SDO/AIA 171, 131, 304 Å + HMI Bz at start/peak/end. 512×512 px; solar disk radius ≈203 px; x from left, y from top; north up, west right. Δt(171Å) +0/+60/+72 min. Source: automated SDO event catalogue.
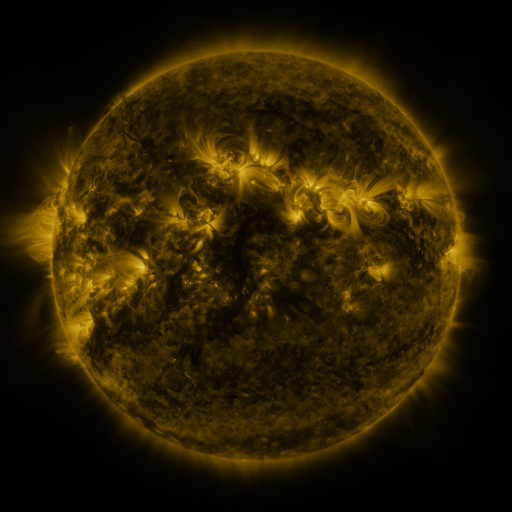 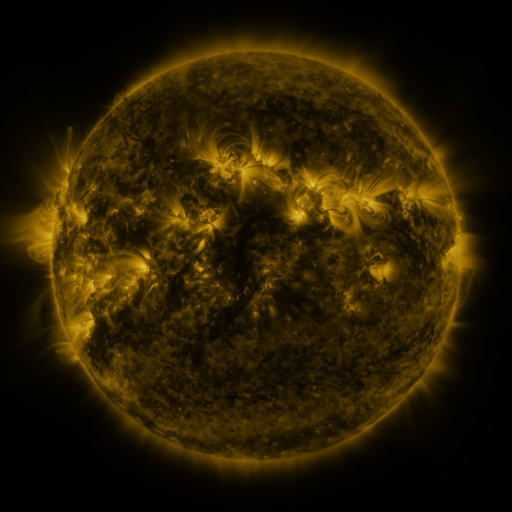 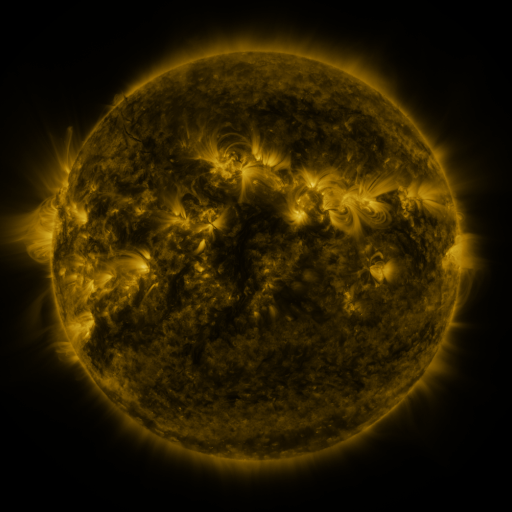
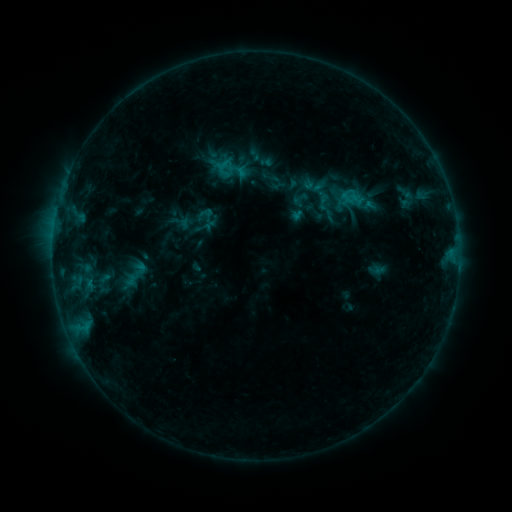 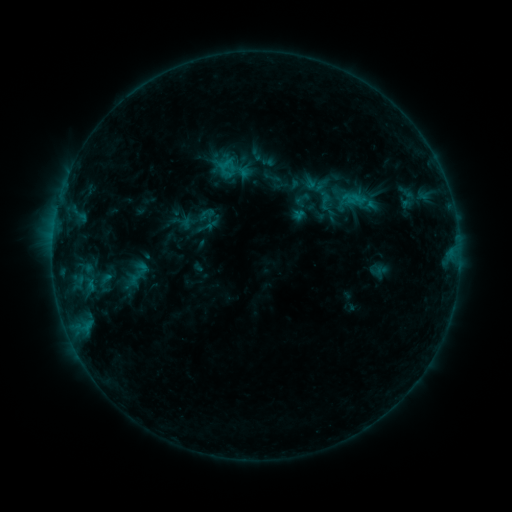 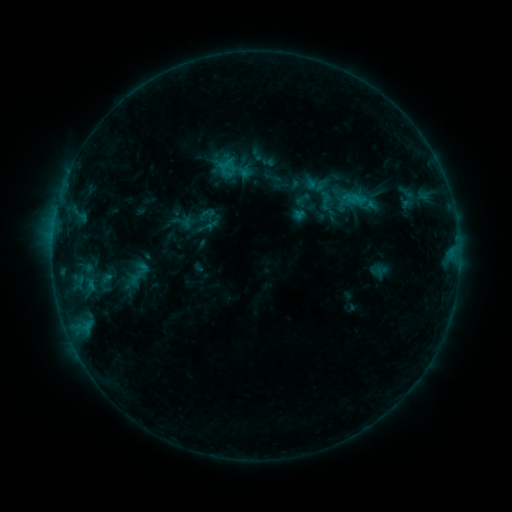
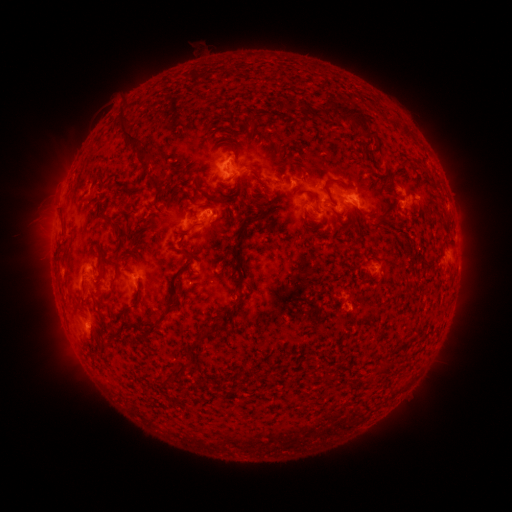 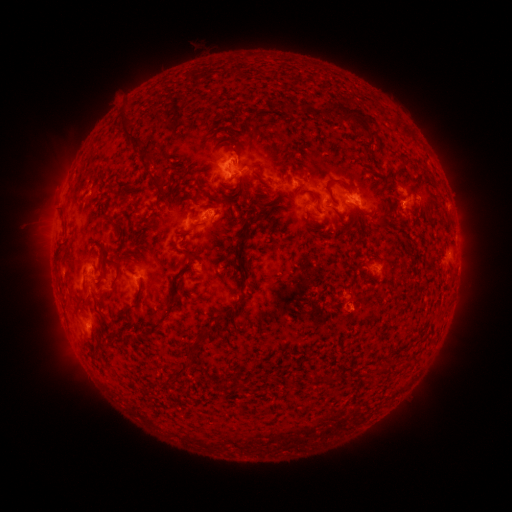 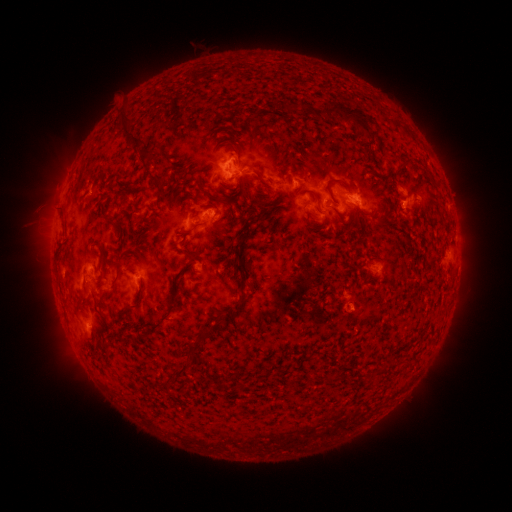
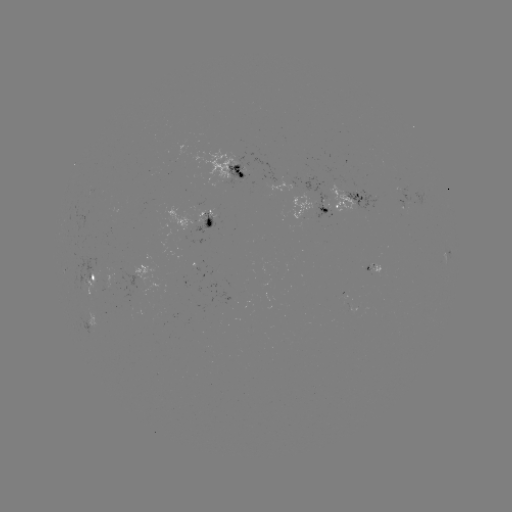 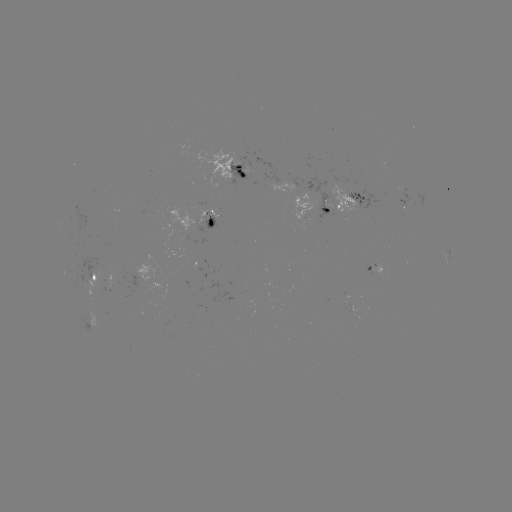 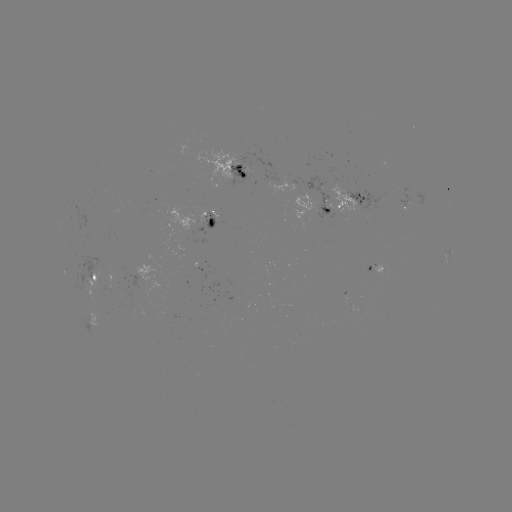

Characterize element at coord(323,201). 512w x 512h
emerging-flux region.